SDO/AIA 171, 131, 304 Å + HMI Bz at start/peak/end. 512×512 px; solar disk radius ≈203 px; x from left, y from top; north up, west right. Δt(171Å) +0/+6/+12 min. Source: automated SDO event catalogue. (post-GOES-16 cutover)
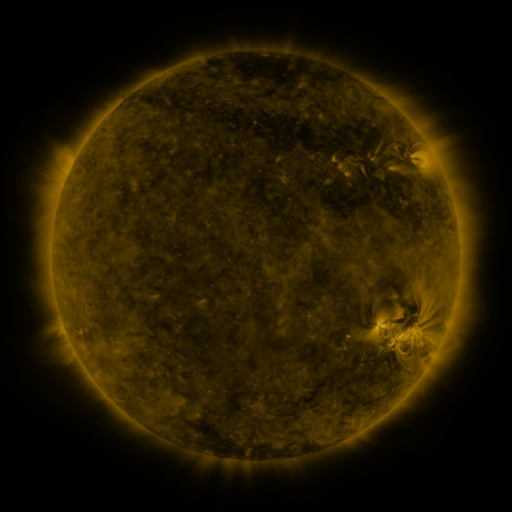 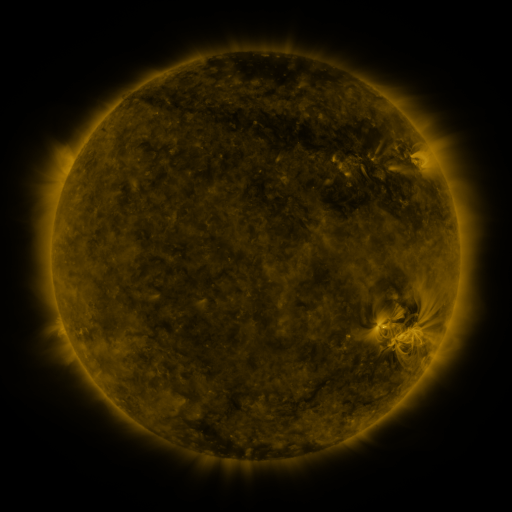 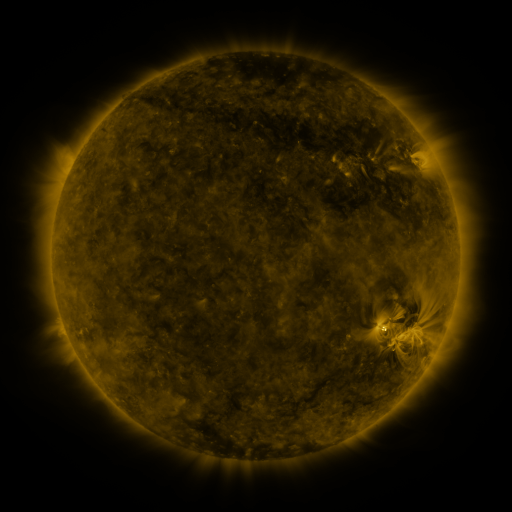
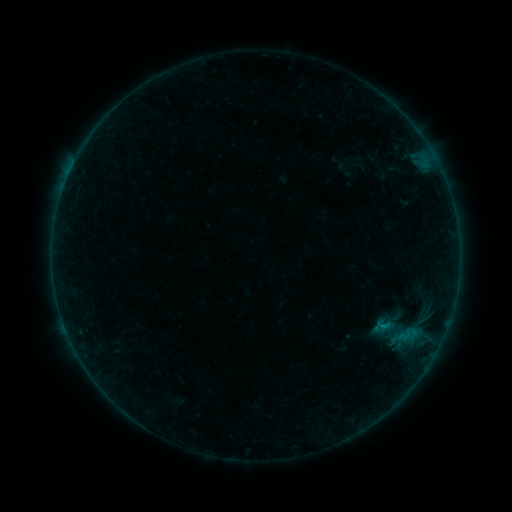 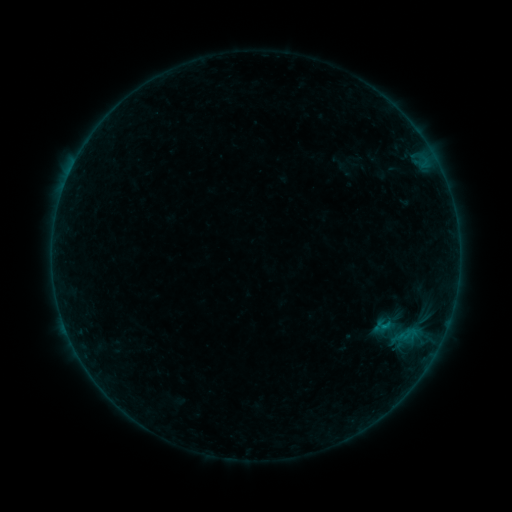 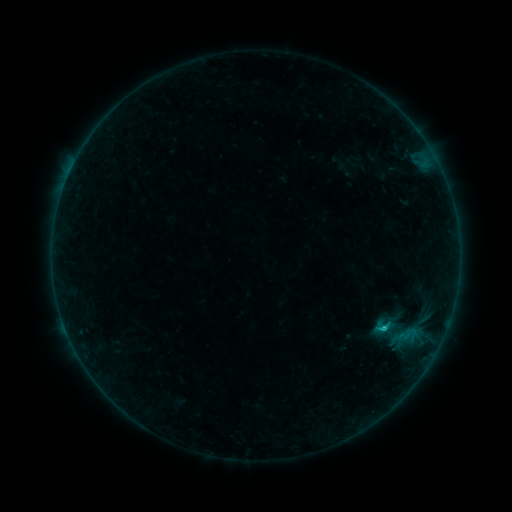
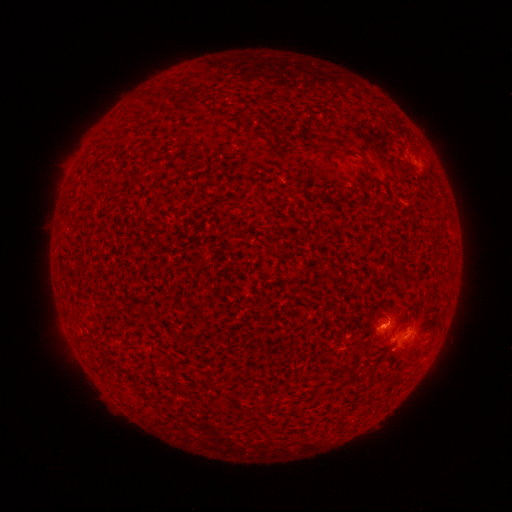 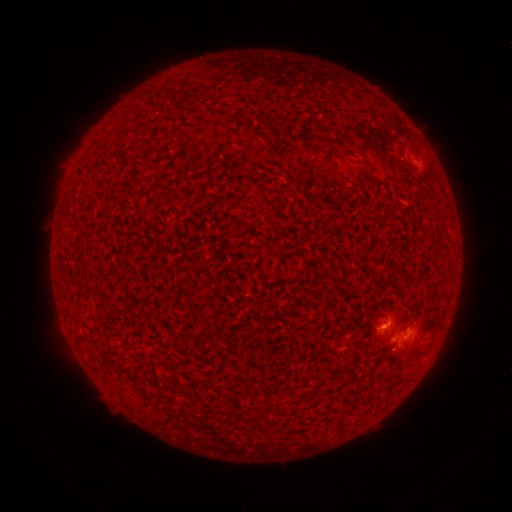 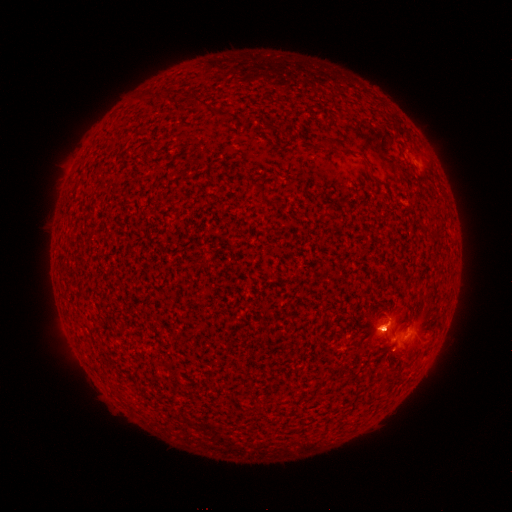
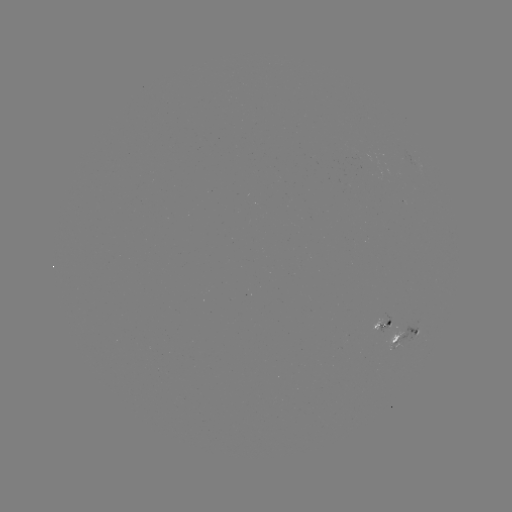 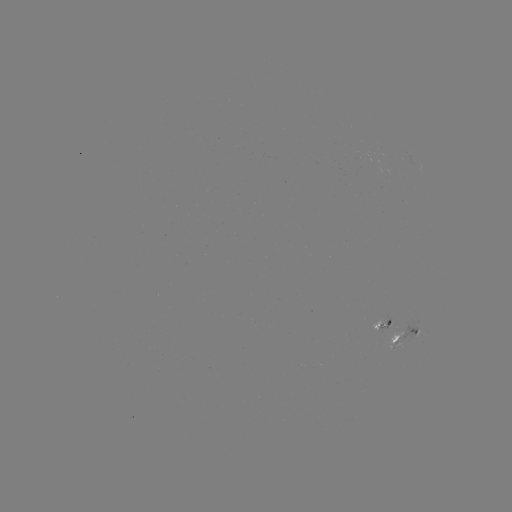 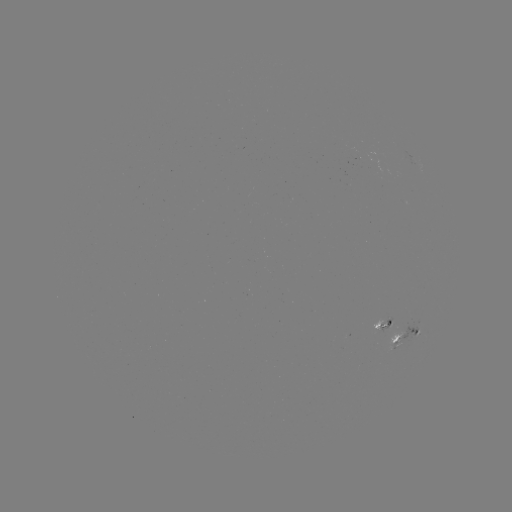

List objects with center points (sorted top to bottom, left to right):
C1.3 flare: (383, 327)
